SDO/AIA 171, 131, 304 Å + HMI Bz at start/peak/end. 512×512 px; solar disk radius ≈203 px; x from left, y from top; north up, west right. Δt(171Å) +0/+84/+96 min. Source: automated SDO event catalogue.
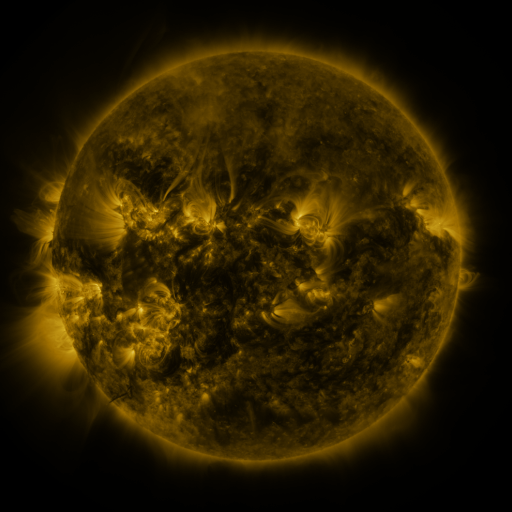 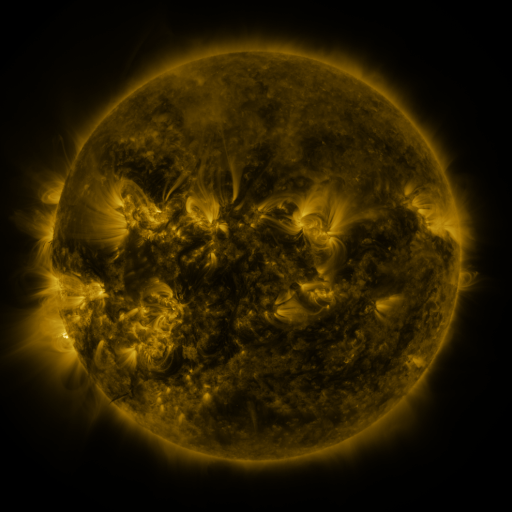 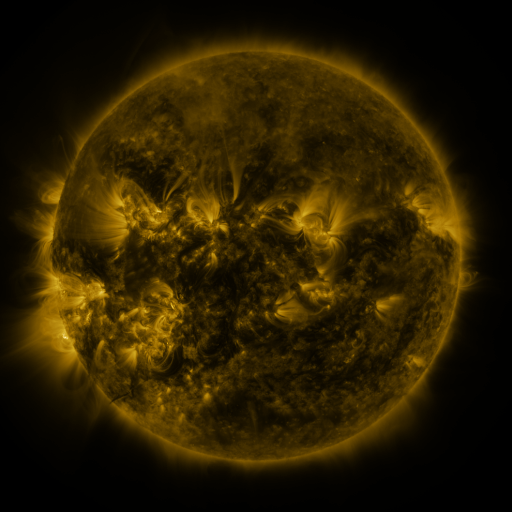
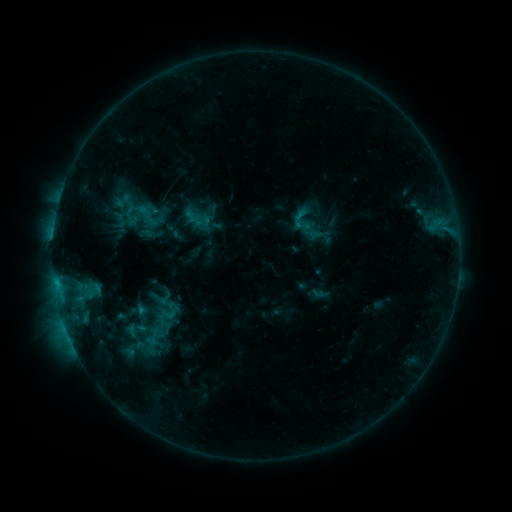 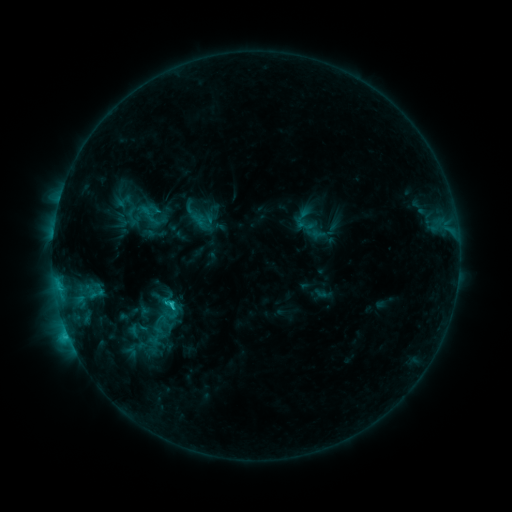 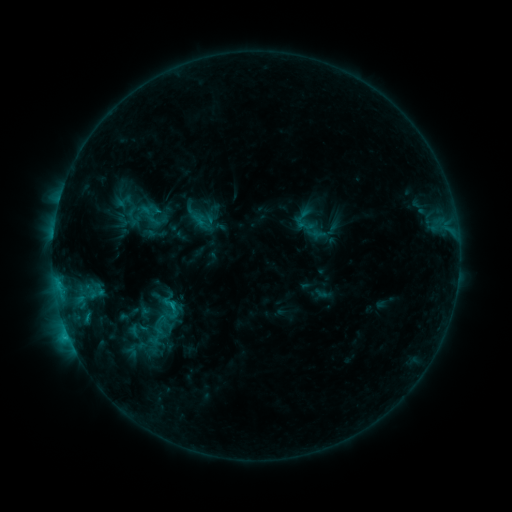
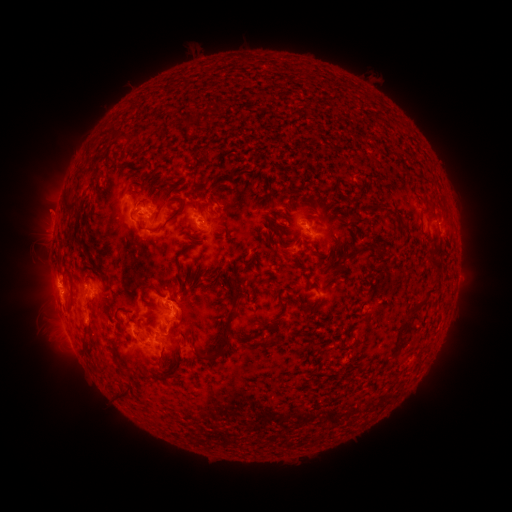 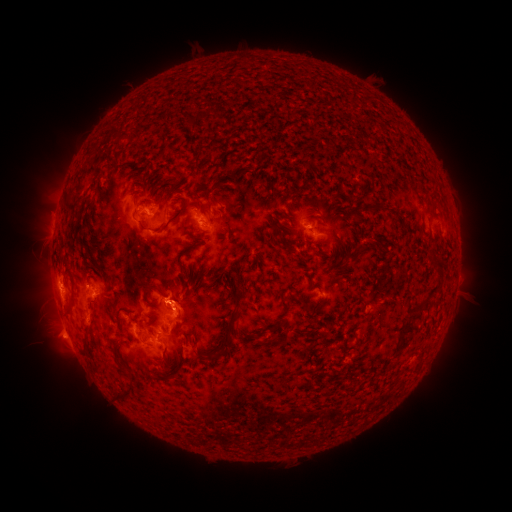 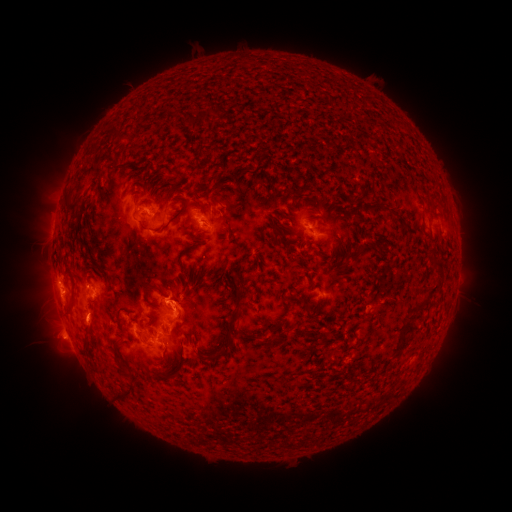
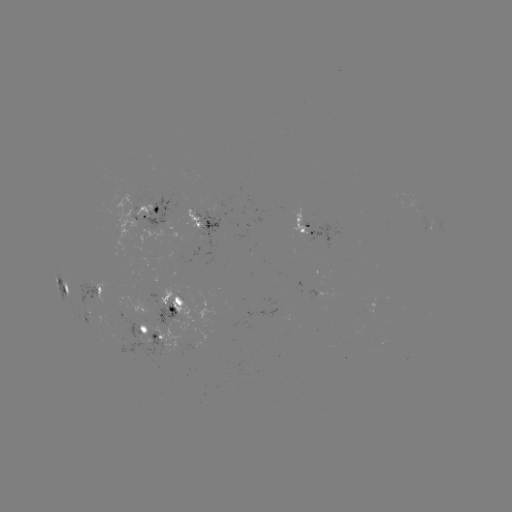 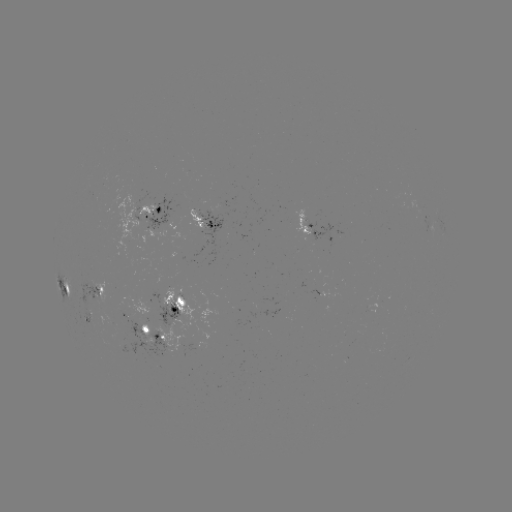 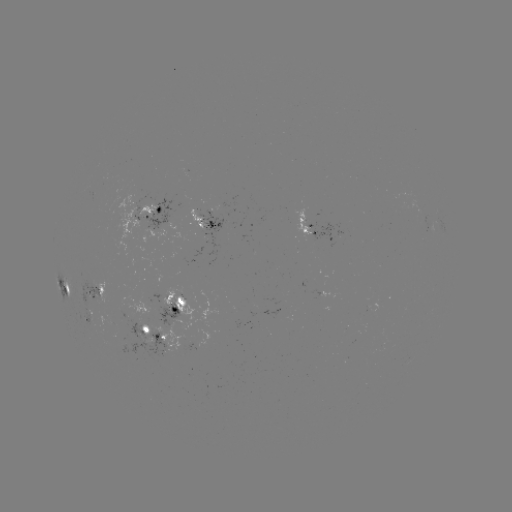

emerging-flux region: <bbox>175, 203, 199, 229</bbox>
